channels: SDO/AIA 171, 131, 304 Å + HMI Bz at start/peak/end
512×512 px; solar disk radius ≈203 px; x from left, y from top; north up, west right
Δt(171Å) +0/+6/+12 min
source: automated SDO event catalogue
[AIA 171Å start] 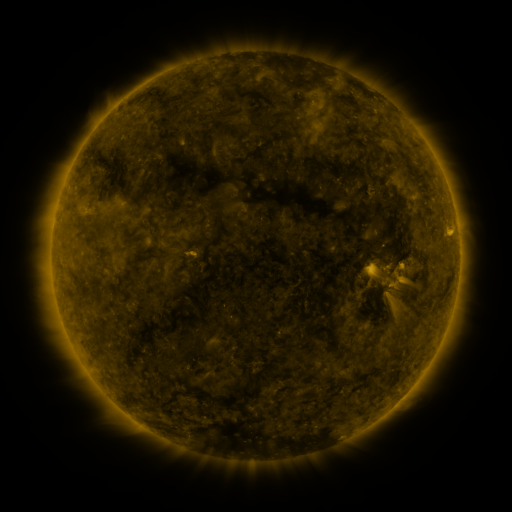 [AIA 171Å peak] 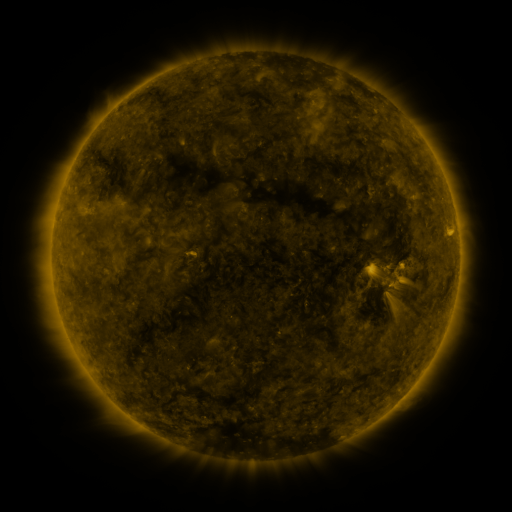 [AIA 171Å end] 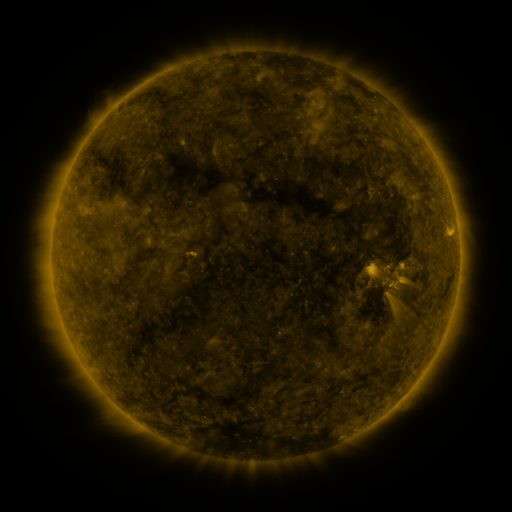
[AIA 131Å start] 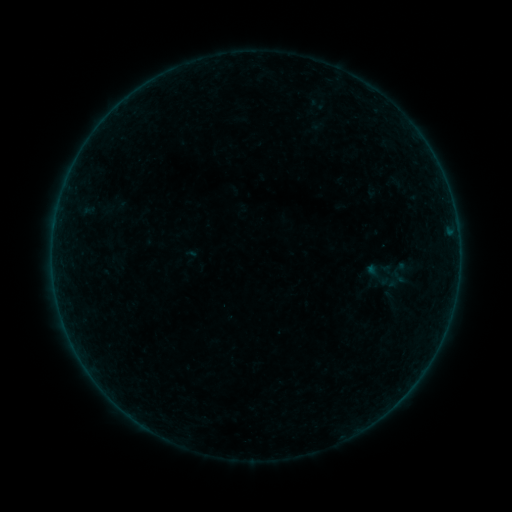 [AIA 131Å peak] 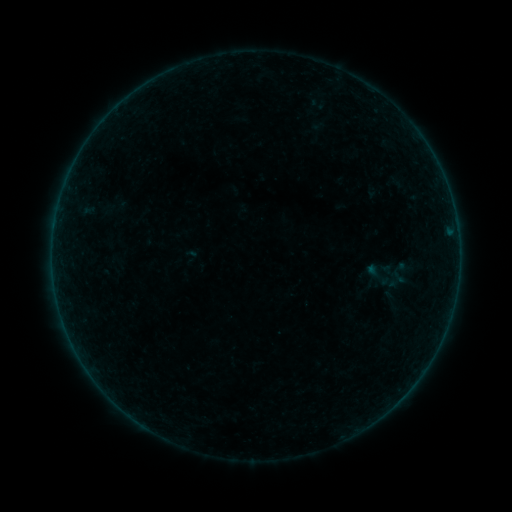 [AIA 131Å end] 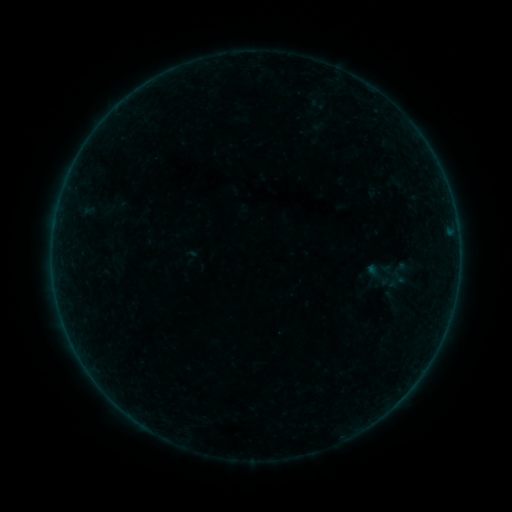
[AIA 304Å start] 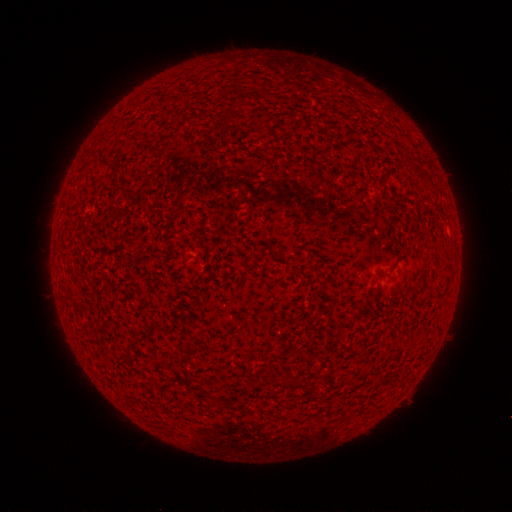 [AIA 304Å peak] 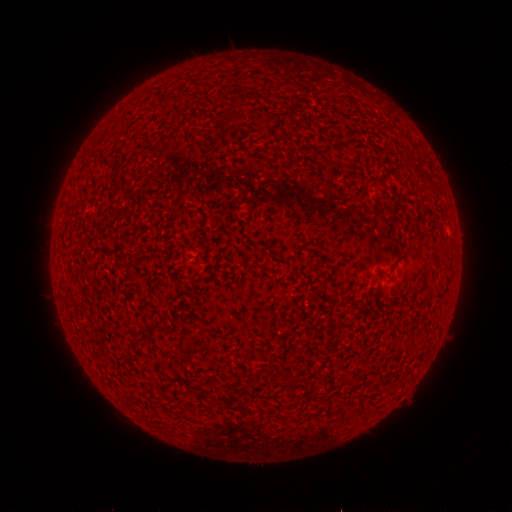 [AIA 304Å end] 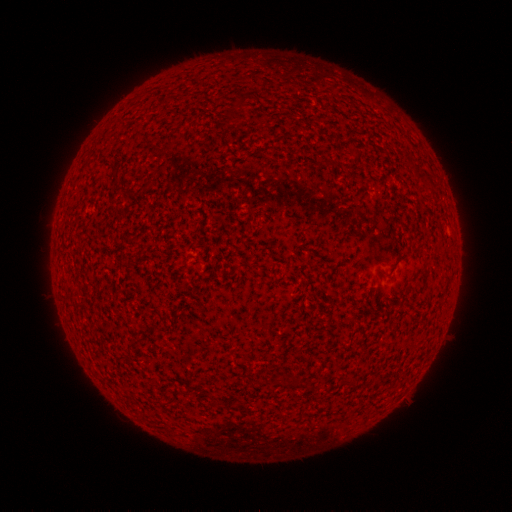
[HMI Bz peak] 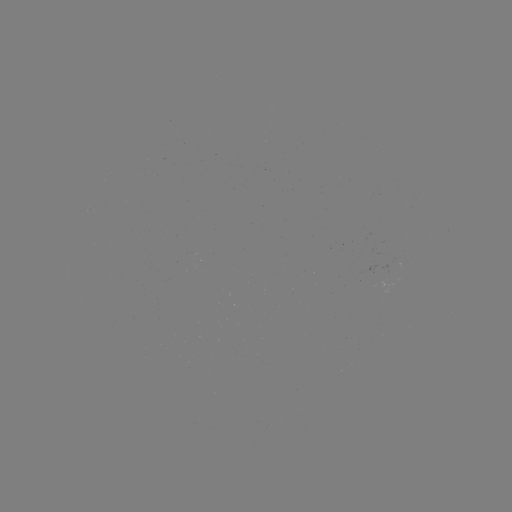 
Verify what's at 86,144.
A1.1 flare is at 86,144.